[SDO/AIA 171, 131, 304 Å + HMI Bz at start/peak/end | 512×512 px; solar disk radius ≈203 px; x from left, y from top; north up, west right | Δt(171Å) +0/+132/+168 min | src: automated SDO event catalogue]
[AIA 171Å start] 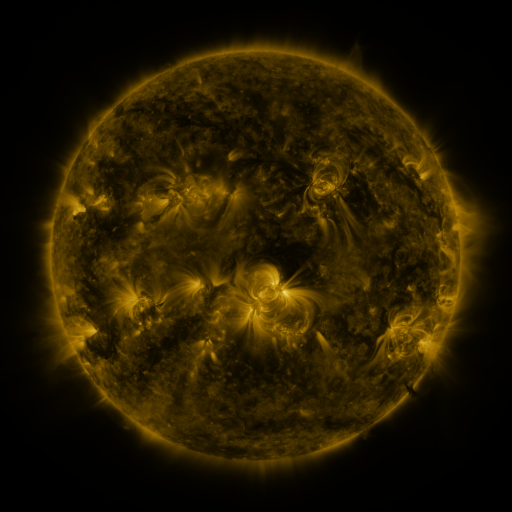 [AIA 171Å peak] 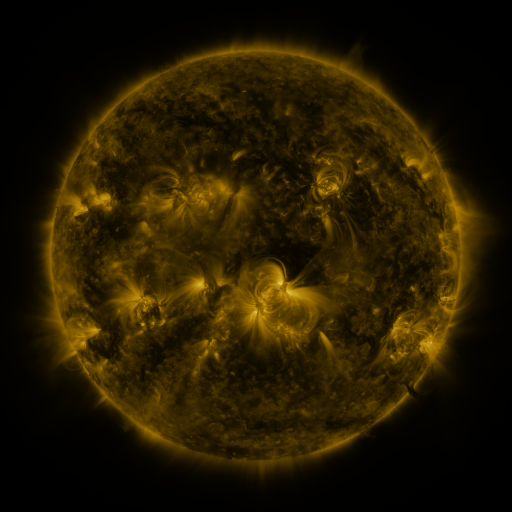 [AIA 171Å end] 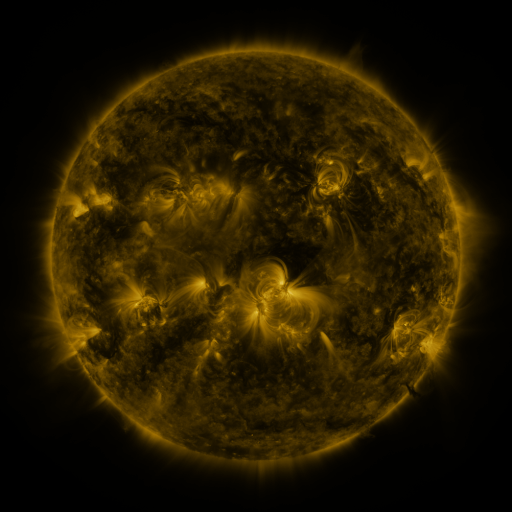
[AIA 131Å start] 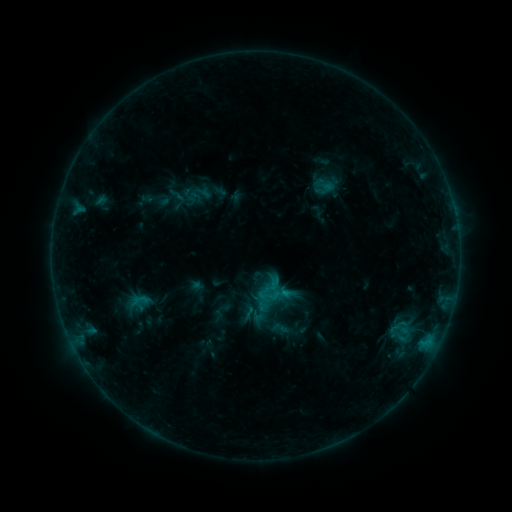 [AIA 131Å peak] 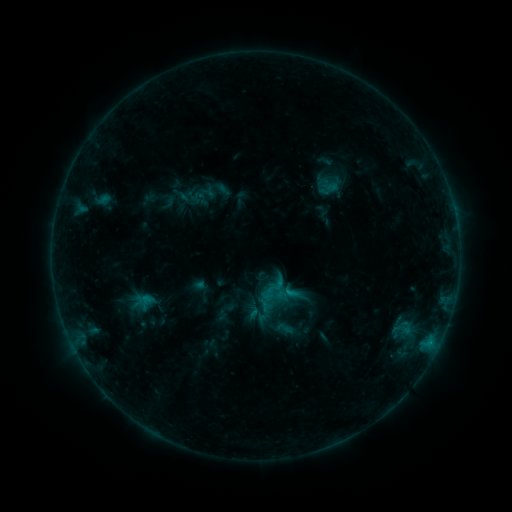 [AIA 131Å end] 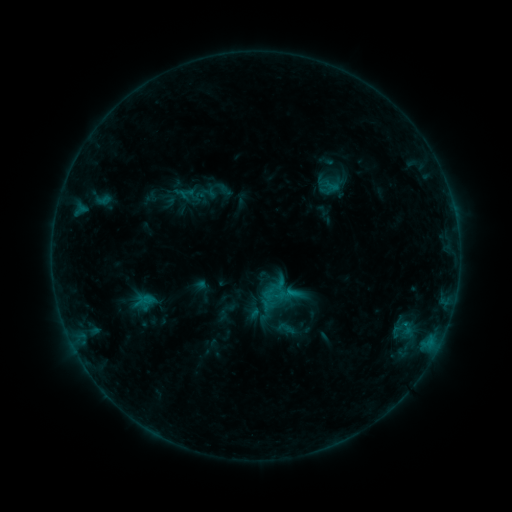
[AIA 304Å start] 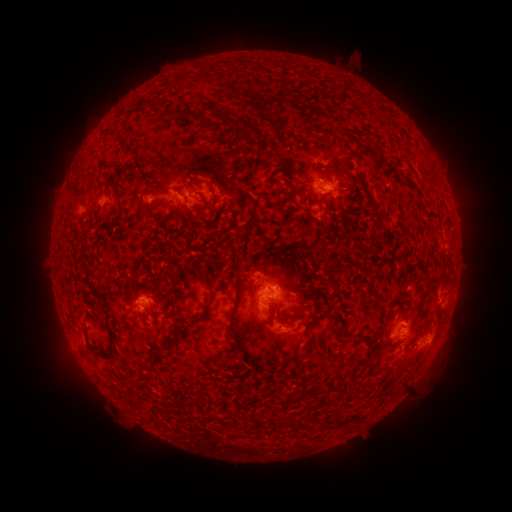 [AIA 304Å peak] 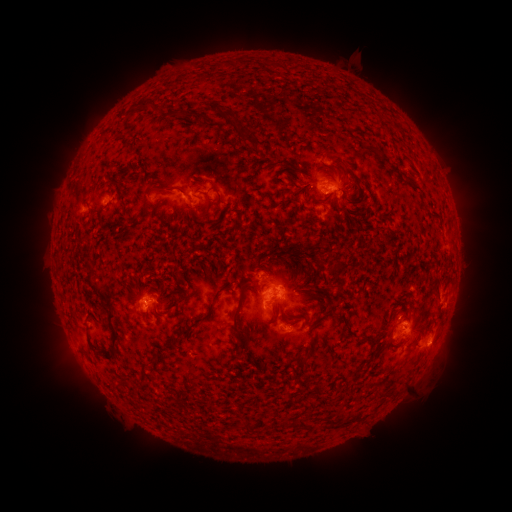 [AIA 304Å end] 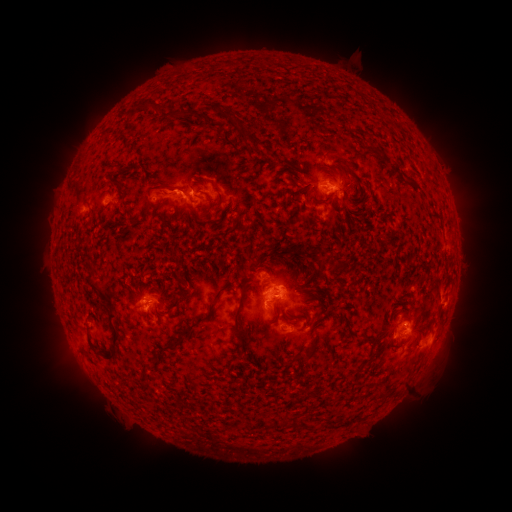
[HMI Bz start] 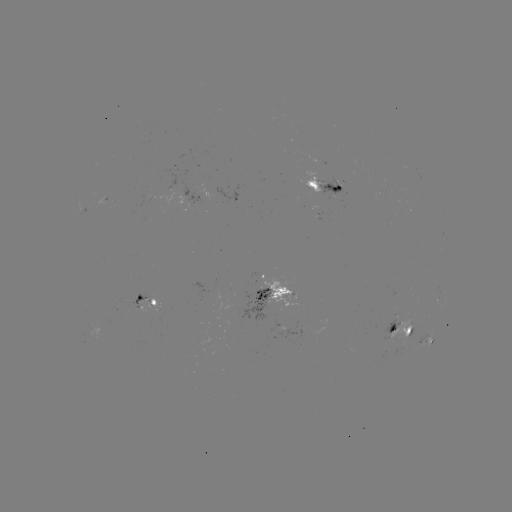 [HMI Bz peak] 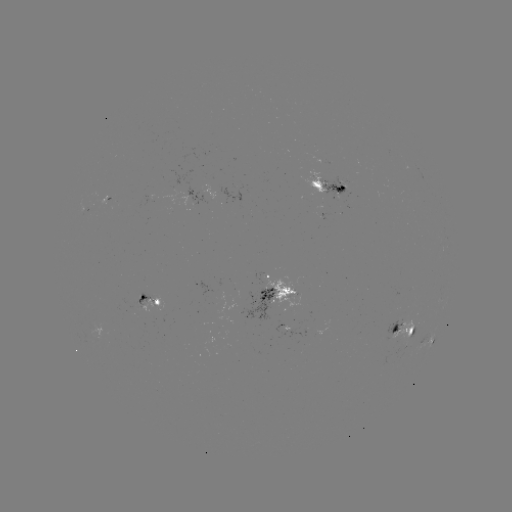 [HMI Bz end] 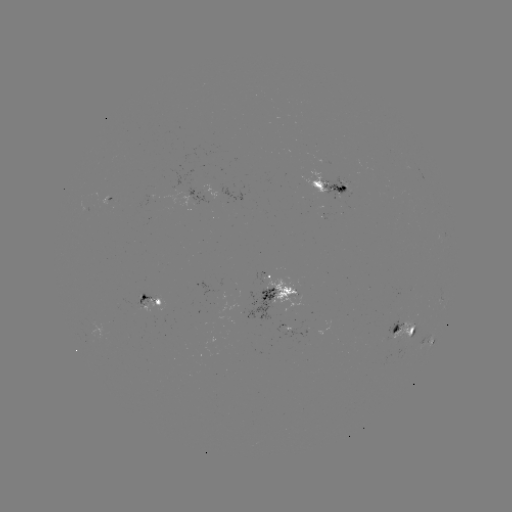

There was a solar emerging-flux region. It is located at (86, 215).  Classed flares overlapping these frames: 1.